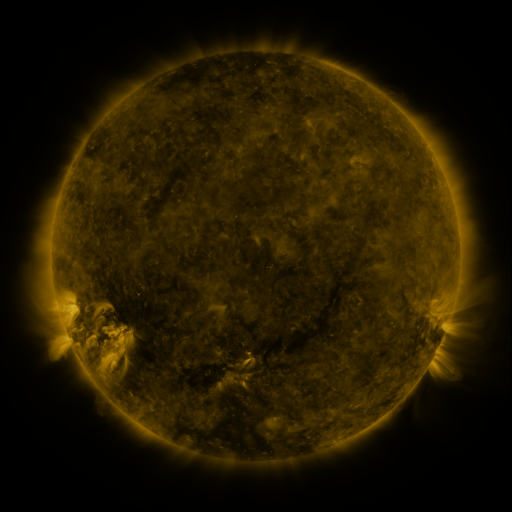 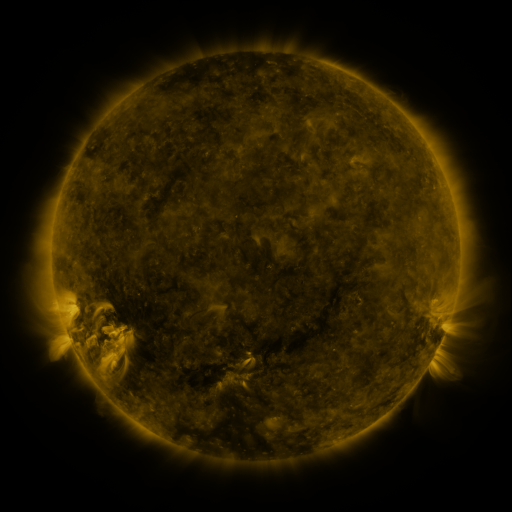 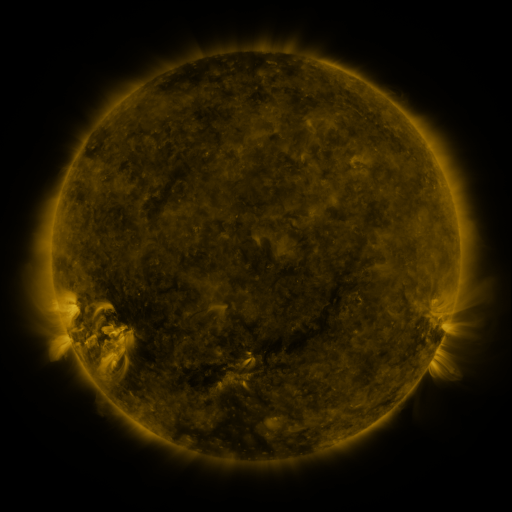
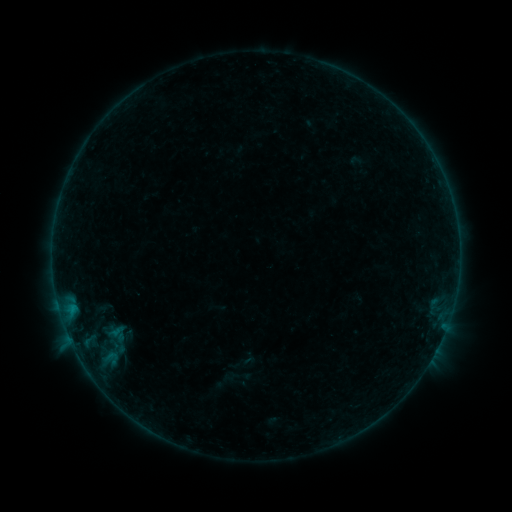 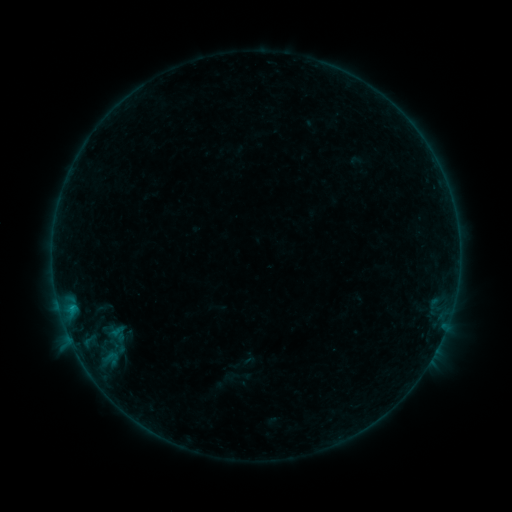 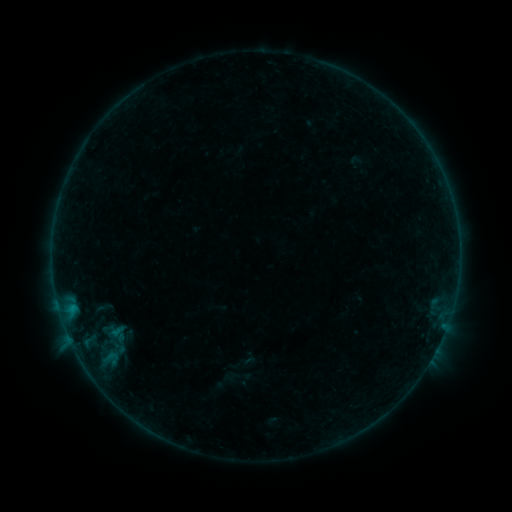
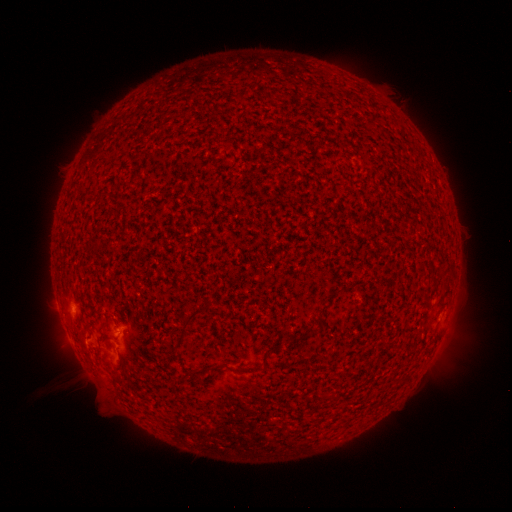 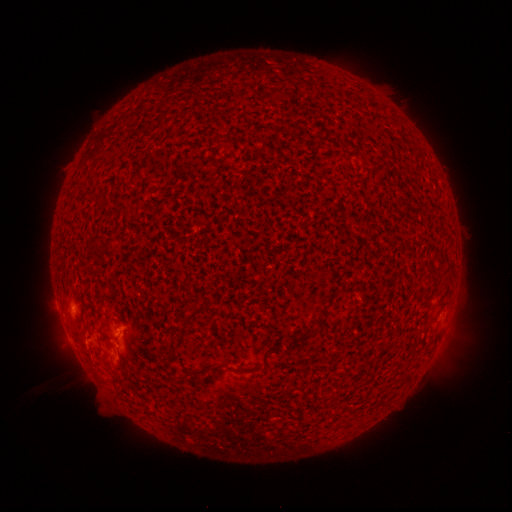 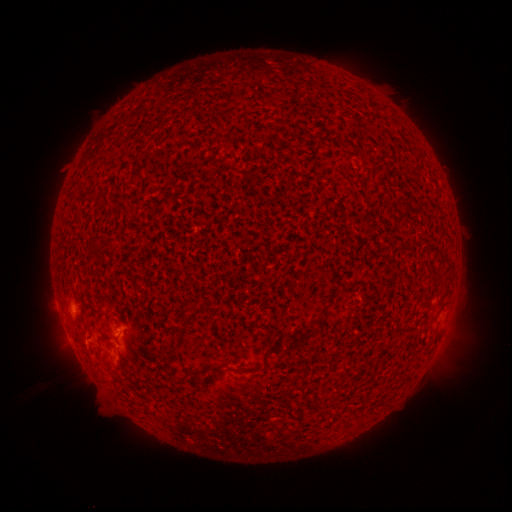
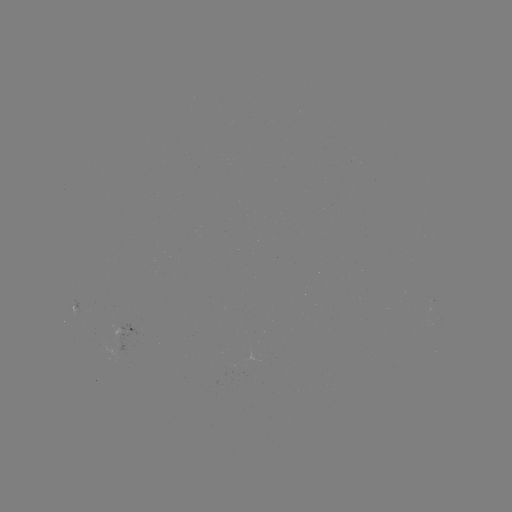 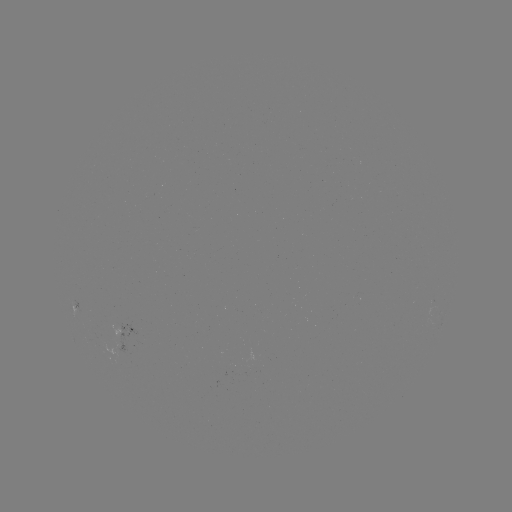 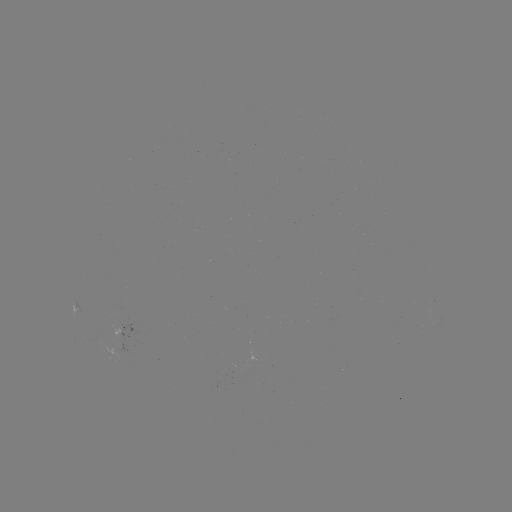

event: flare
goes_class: B2.2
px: (72, 307)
